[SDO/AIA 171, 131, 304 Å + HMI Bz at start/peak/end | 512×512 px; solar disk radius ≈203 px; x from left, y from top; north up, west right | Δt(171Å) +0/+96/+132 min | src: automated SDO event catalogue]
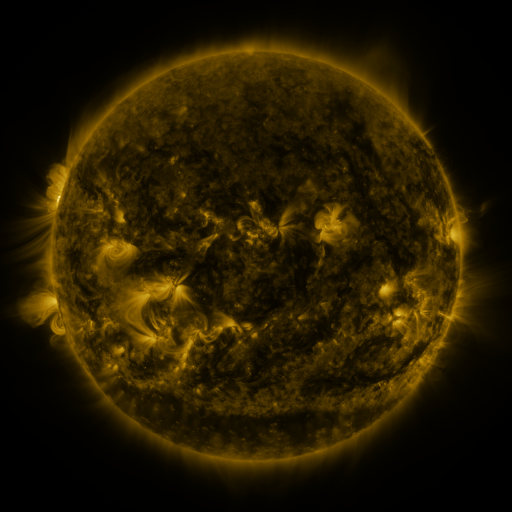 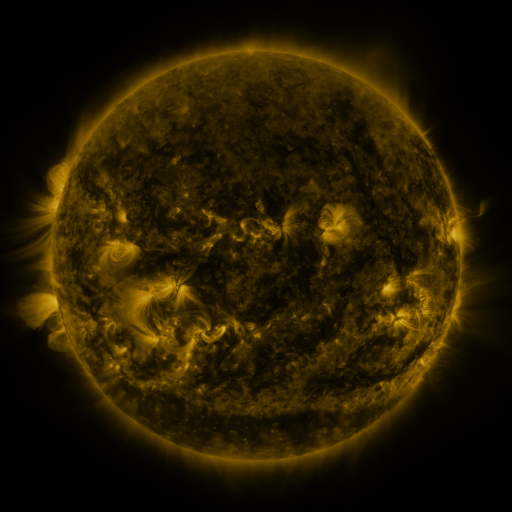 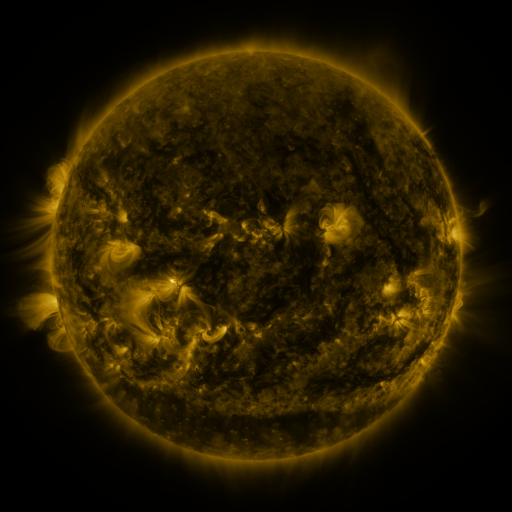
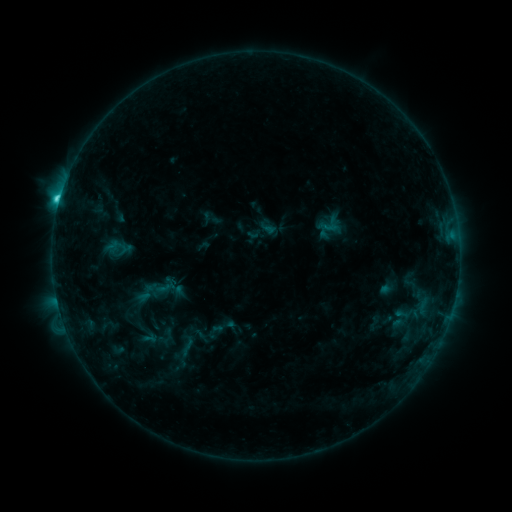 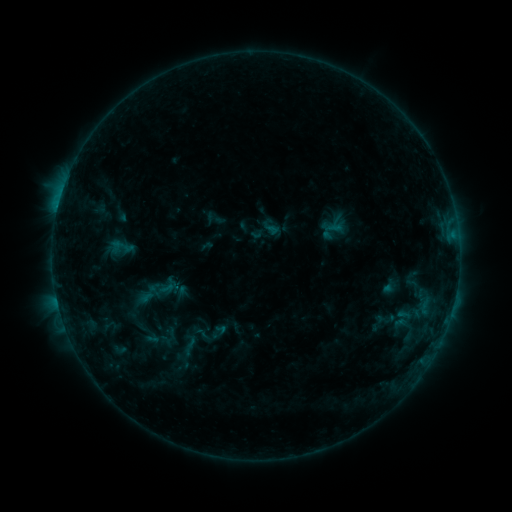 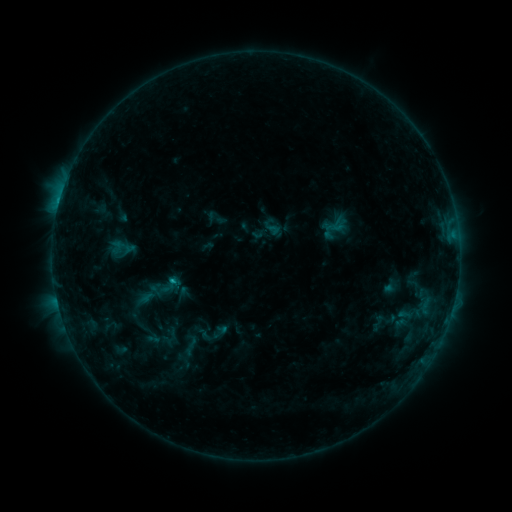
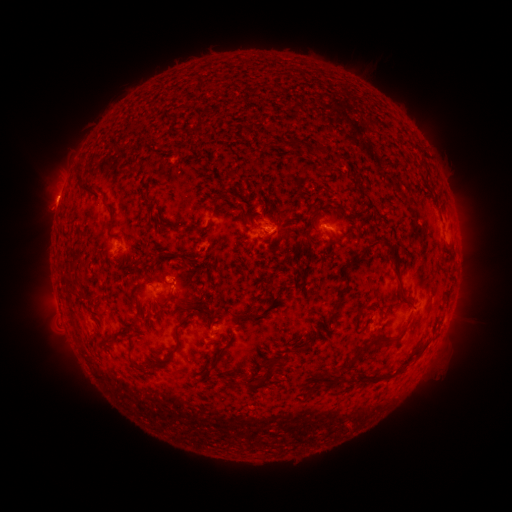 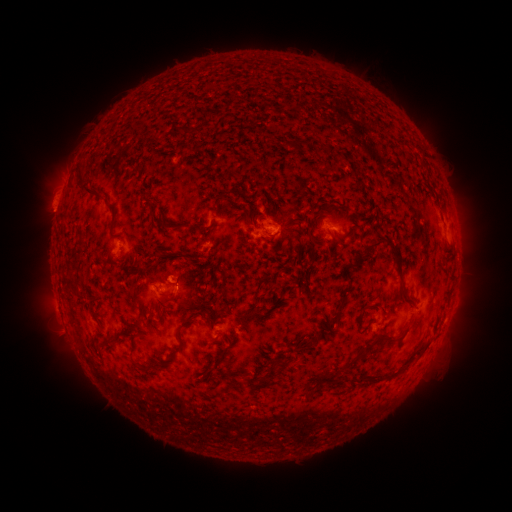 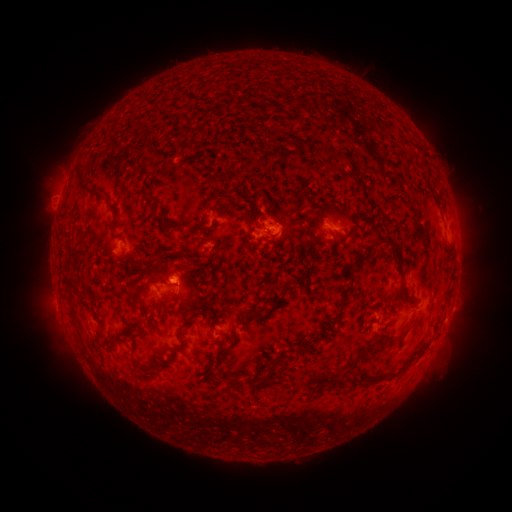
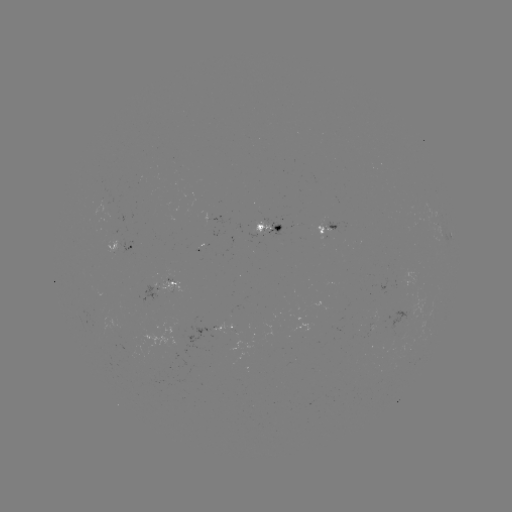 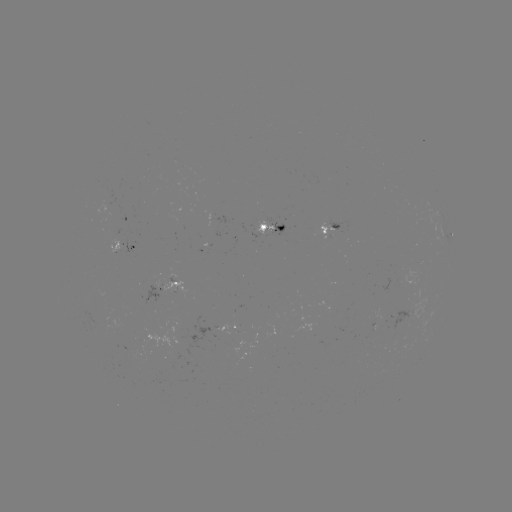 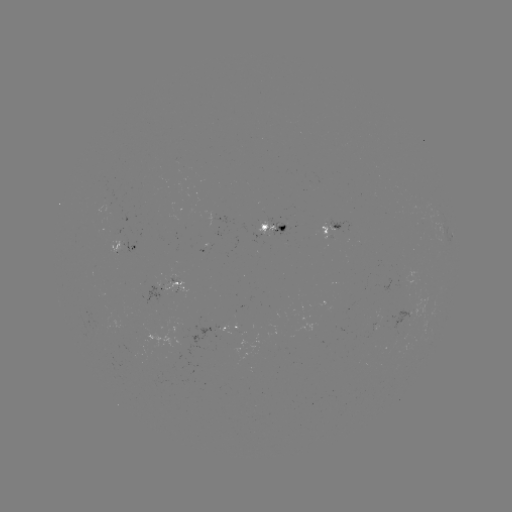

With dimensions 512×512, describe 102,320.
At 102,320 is emerging-flux region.